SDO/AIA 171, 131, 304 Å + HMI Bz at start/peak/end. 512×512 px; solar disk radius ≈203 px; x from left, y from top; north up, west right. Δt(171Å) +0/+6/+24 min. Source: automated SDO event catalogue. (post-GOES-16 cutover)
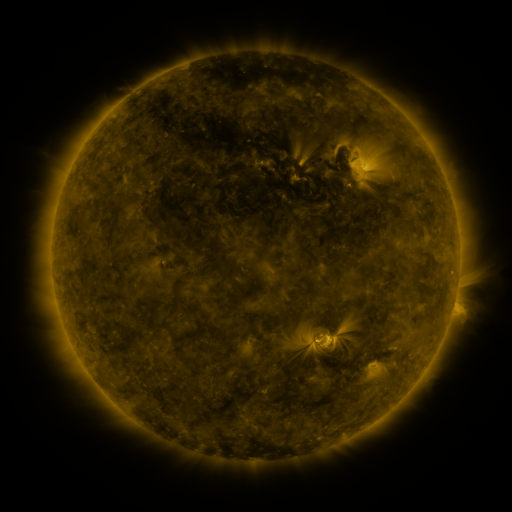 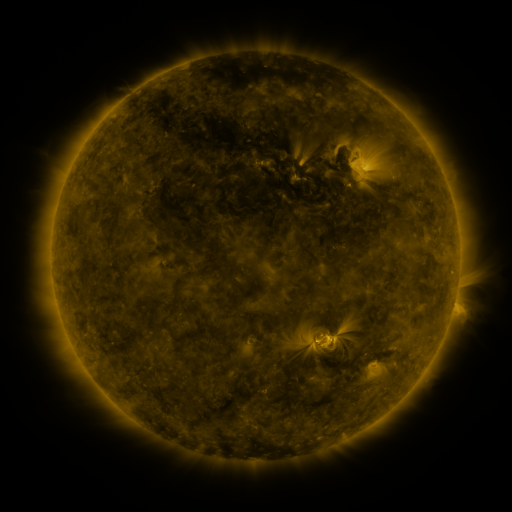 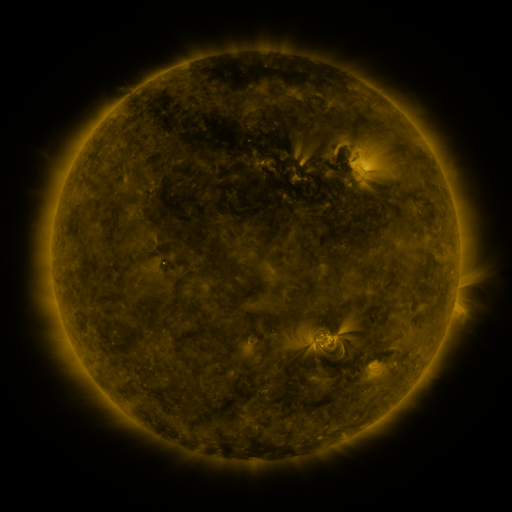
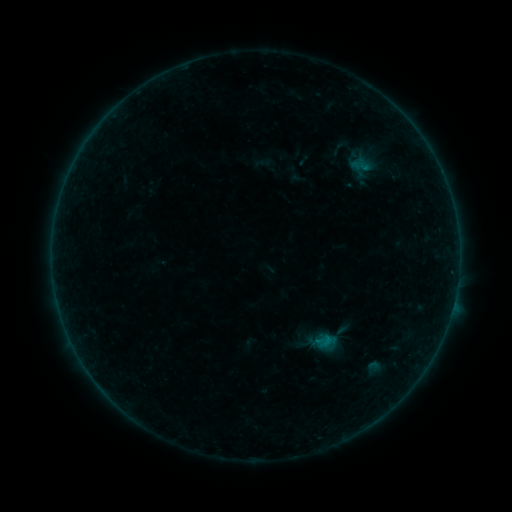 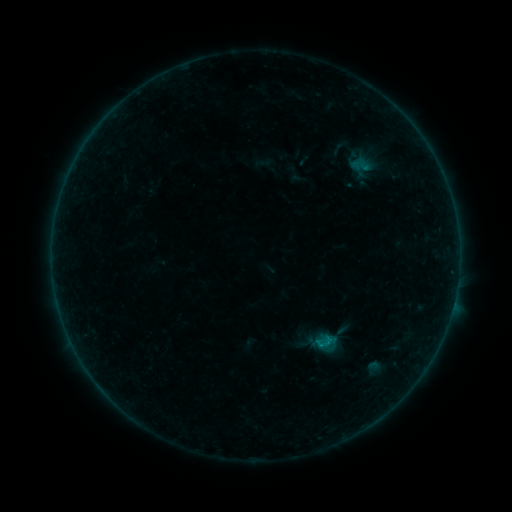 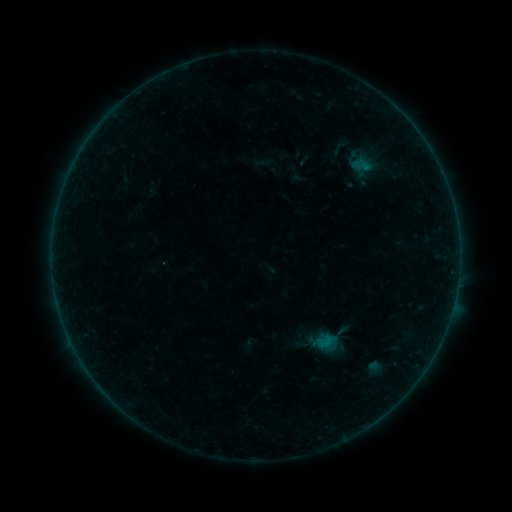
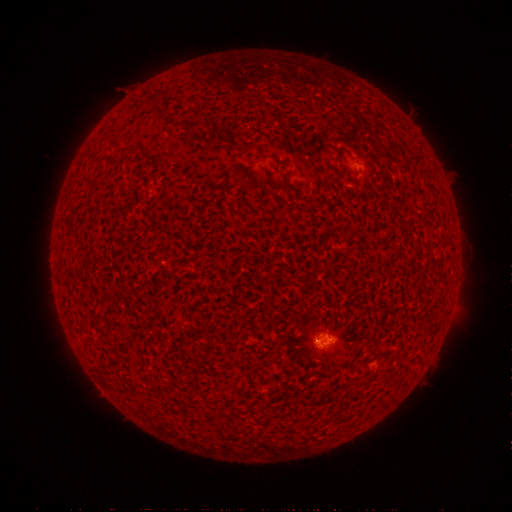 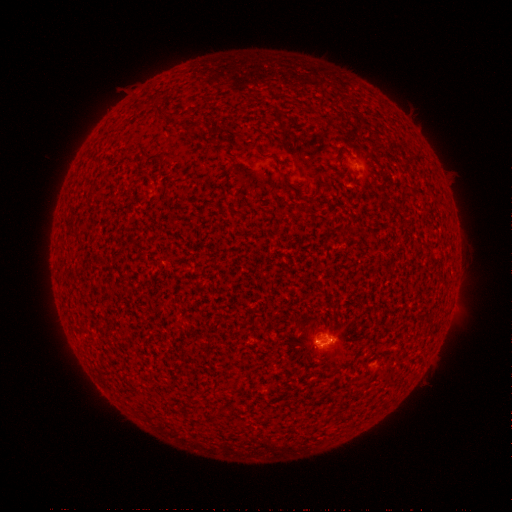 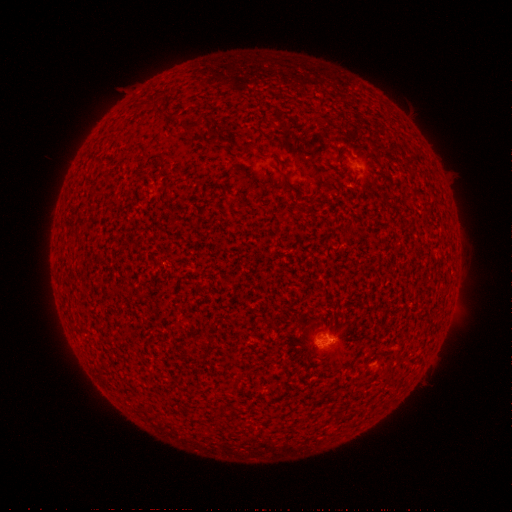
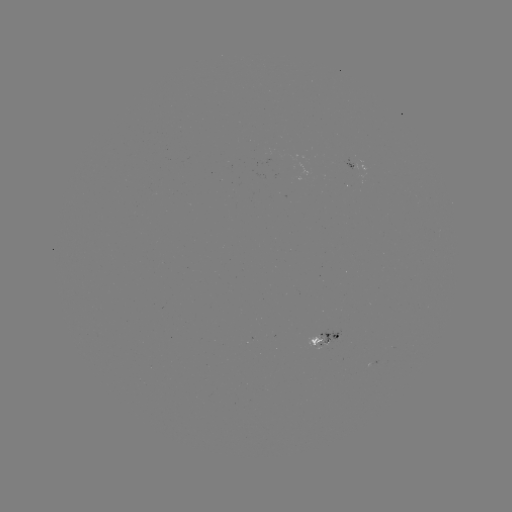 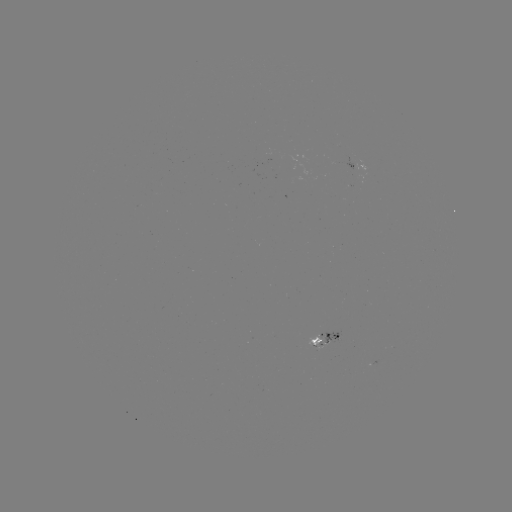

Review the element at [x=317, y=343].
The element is B3.2 flare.